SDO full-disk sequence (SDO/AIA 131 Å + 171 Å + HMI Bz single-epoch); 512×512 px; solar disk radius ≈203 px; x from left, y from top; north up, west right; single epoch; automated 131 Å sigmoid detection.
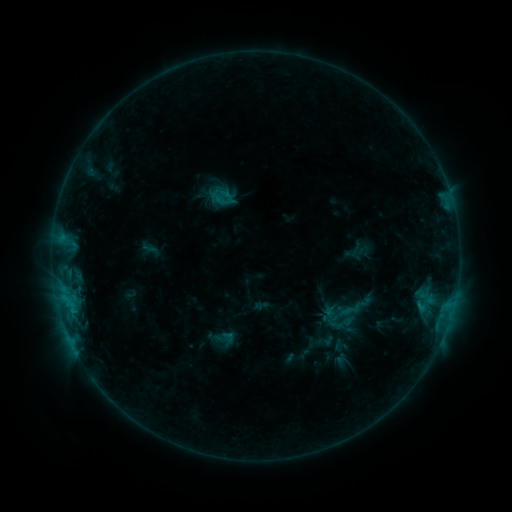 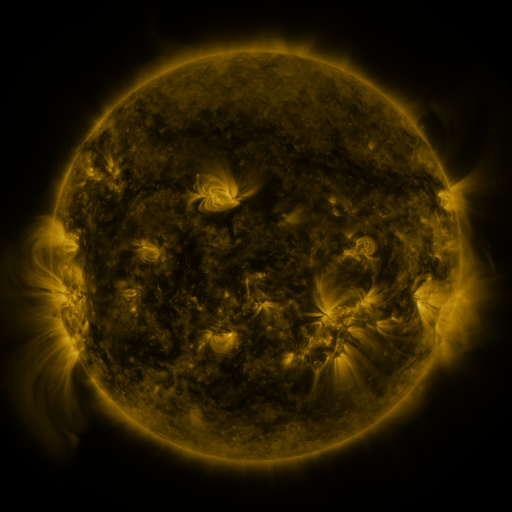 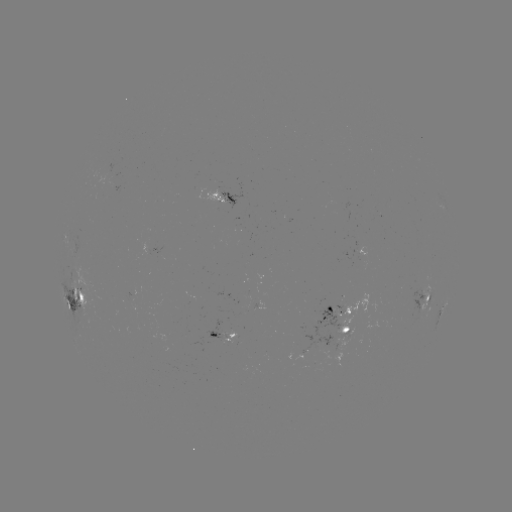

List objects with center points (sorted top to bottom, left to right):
sigmoid: (223, 197)
